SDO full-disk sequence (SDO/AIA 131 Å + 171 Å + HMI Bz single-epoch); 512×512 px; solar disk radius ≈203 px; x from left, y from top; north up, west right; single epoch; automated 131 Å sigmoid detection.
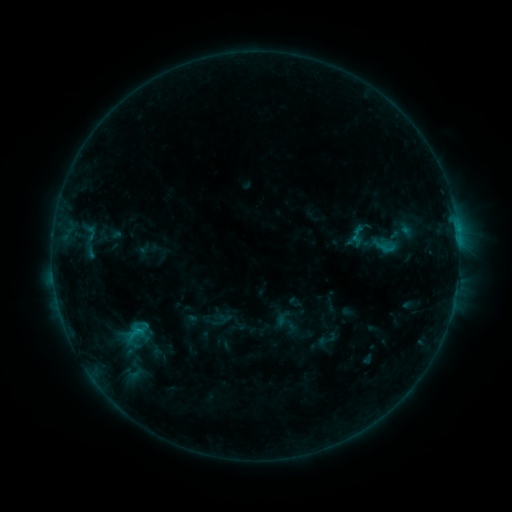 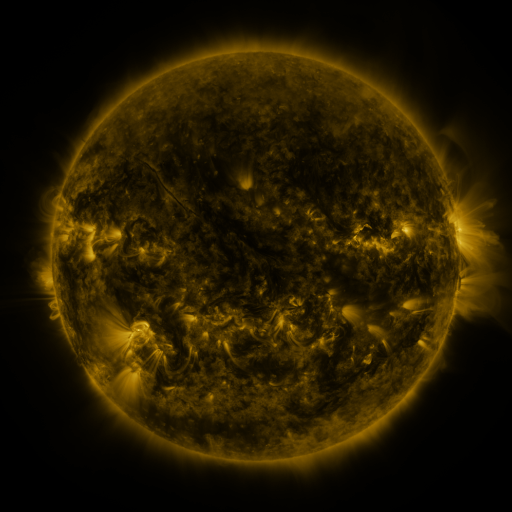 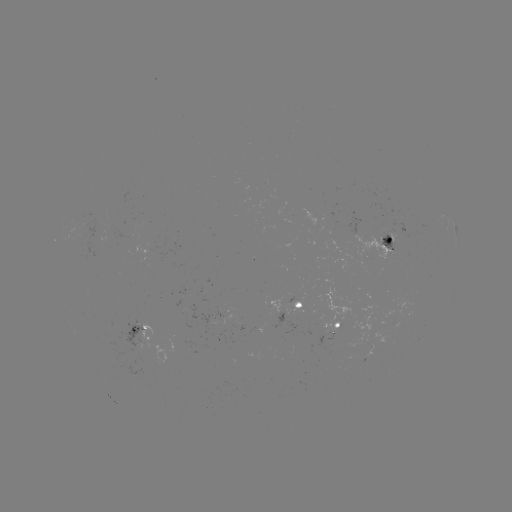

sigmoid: <bbox>338, 210, 390, 253</bbox>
